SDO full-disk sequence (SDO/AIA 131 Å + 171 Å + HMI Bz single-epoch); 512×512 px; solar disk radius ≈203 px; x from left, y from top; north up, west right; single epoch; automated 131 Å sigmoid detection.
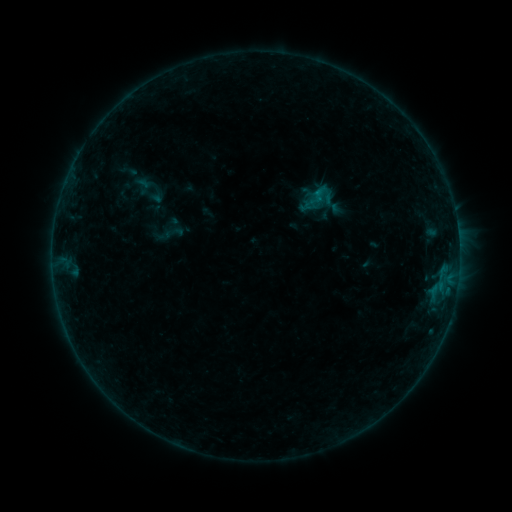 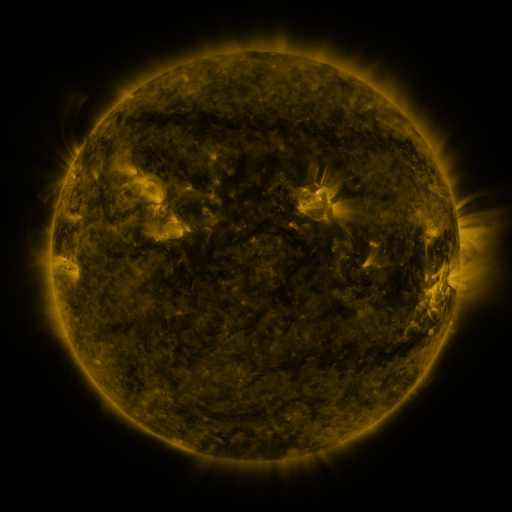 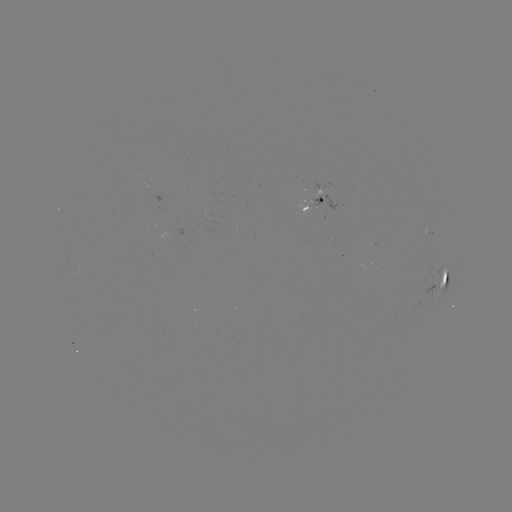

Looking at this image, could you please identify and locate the sigmoid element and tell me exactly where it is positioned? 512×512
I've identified sigmoid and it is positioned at [321, 190].